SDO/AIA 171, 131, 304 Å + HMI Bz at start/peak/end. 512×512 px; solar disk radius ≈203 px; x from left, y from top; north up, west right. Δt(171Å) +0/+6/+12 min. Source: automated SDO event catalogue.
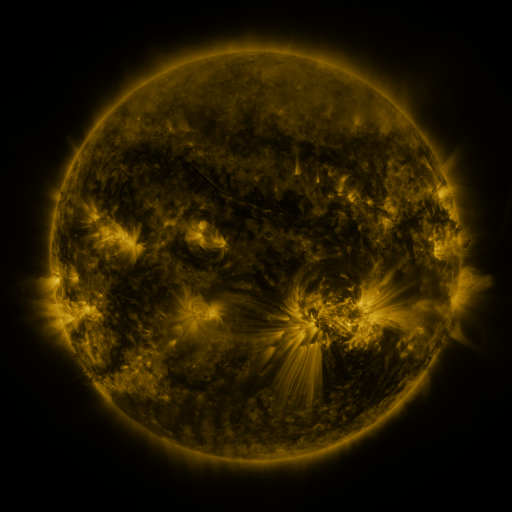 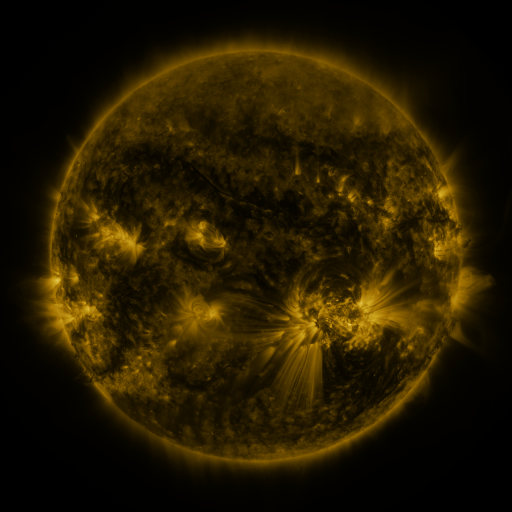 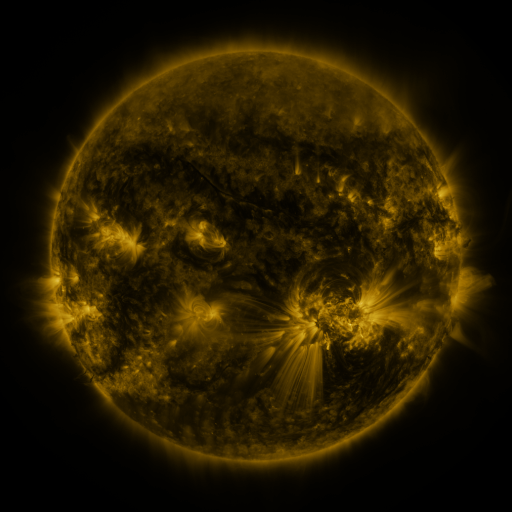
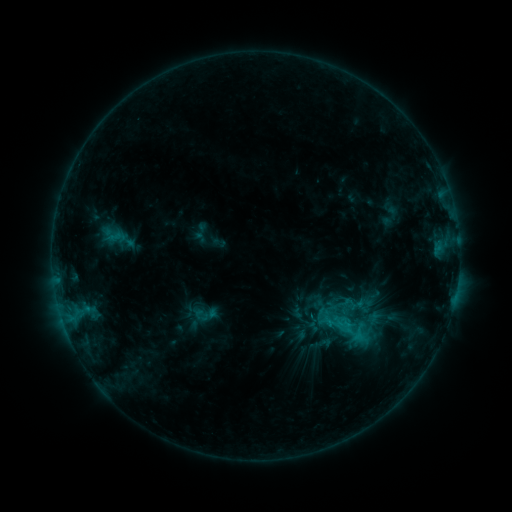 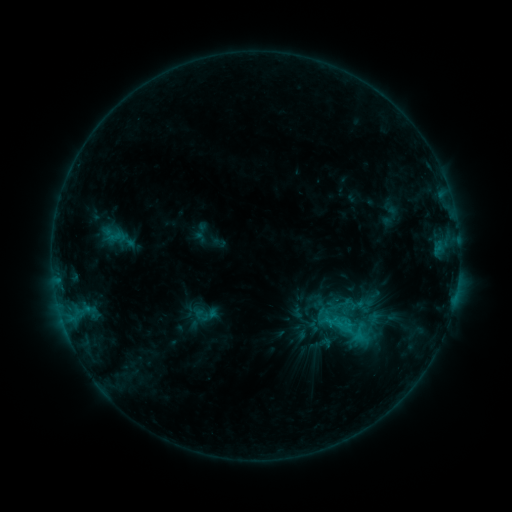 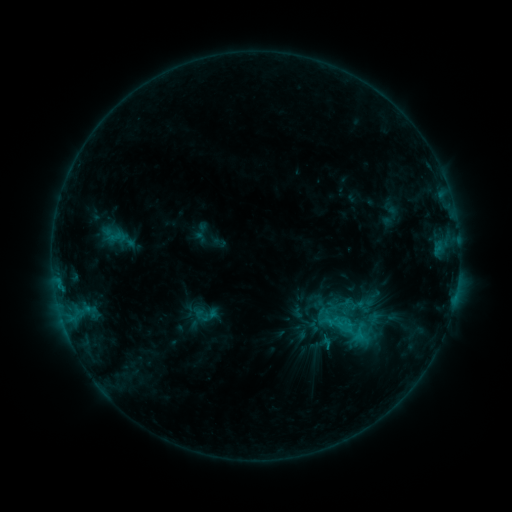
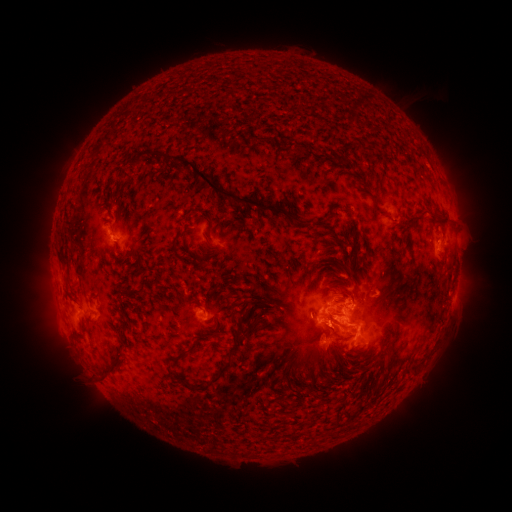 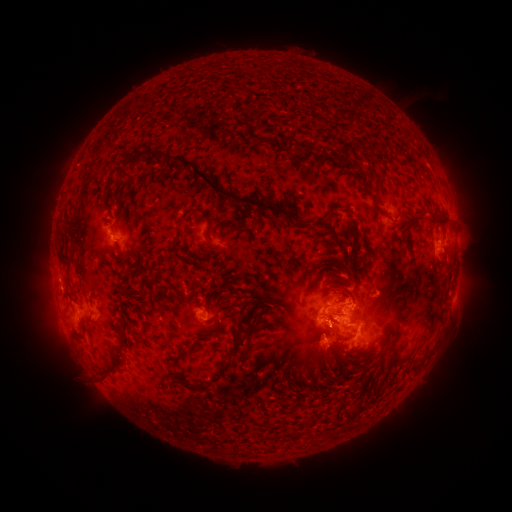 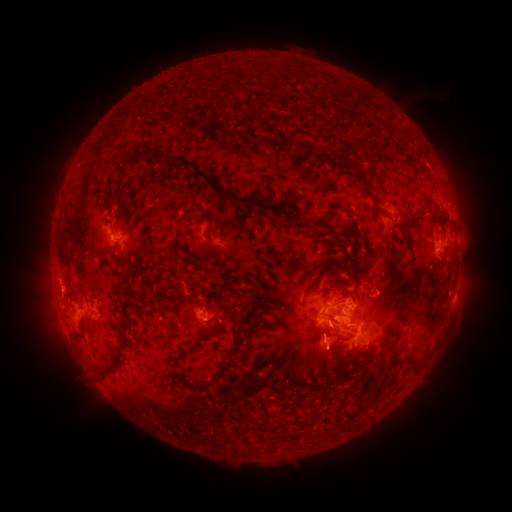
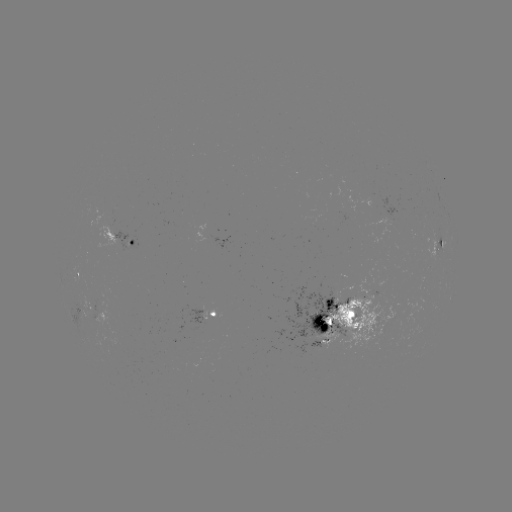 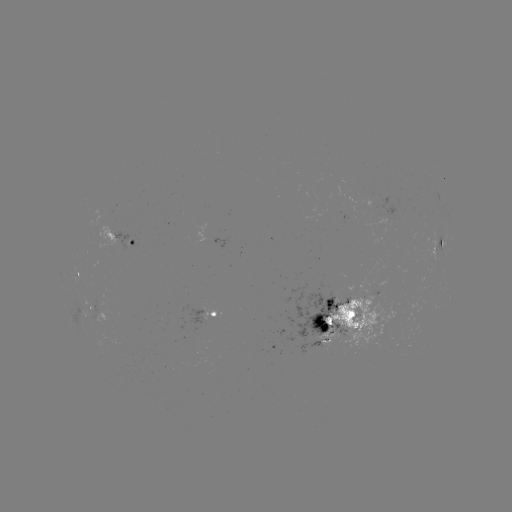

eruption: [32, 268, 82, 316]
